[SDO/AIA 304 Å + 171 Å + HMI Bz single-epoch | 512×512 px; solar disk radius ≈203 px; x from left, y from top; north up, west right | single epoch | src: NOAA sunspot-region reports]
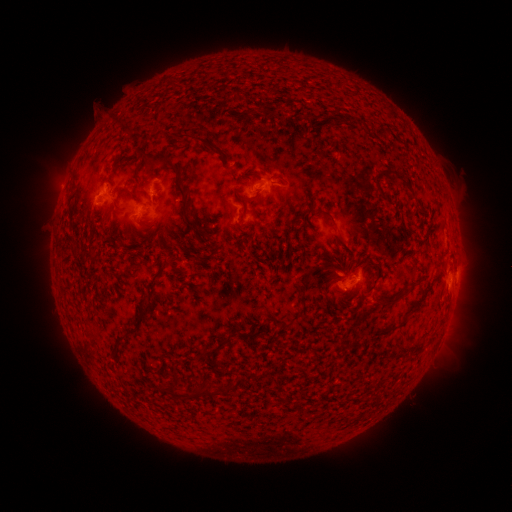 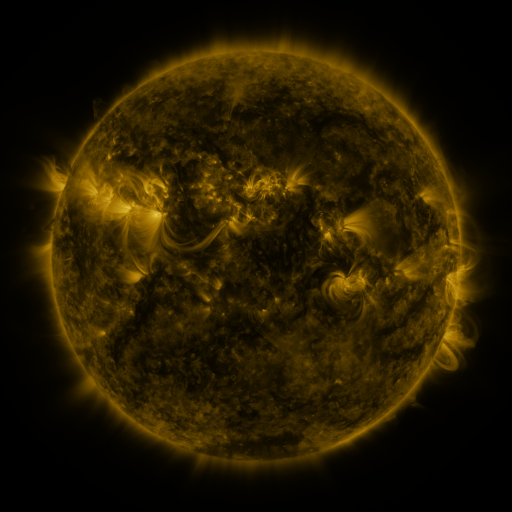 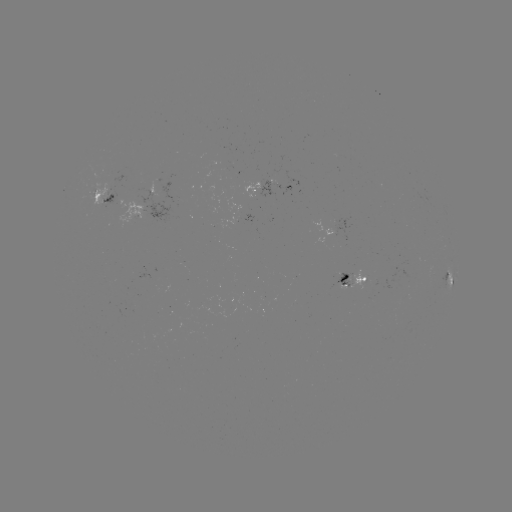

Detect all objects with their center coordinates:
spotted active region: (269, 181)
spotted active region: (106, 195)
spotted active region: (143, 209)
spotted active region: (449, 277)
spotted active region: (352, 278)
